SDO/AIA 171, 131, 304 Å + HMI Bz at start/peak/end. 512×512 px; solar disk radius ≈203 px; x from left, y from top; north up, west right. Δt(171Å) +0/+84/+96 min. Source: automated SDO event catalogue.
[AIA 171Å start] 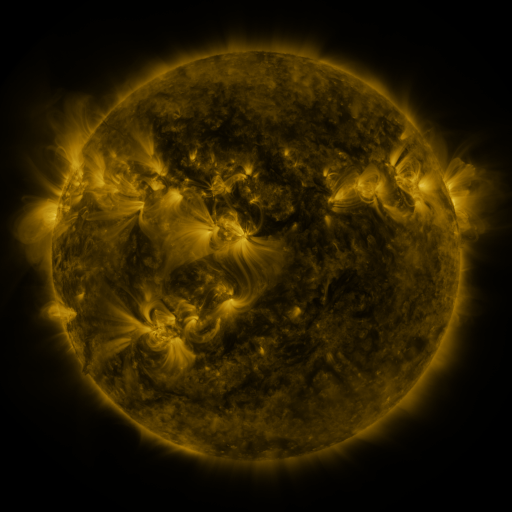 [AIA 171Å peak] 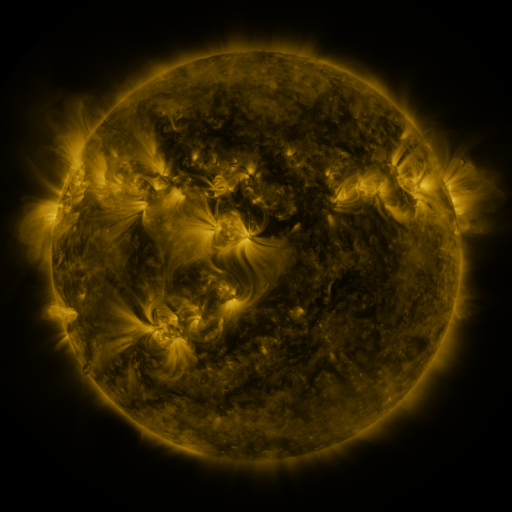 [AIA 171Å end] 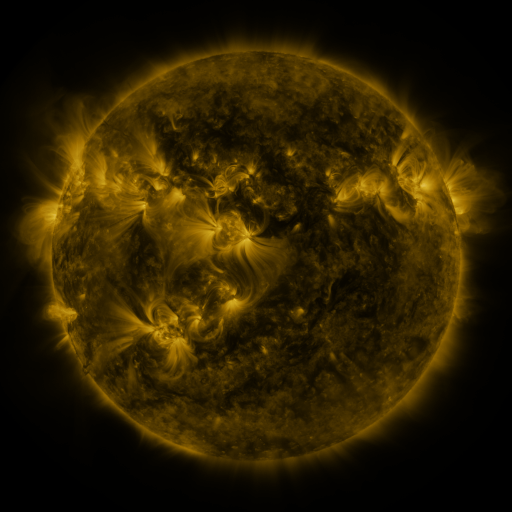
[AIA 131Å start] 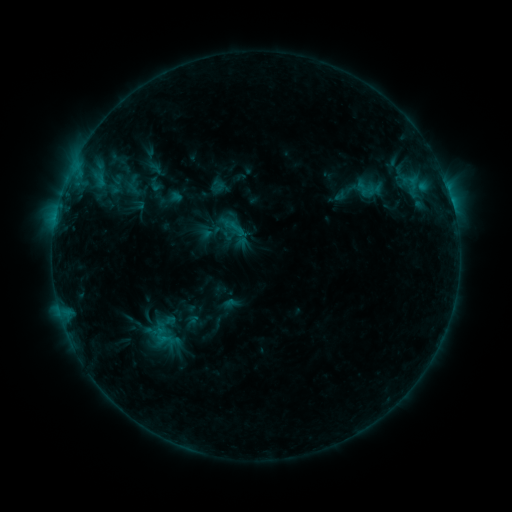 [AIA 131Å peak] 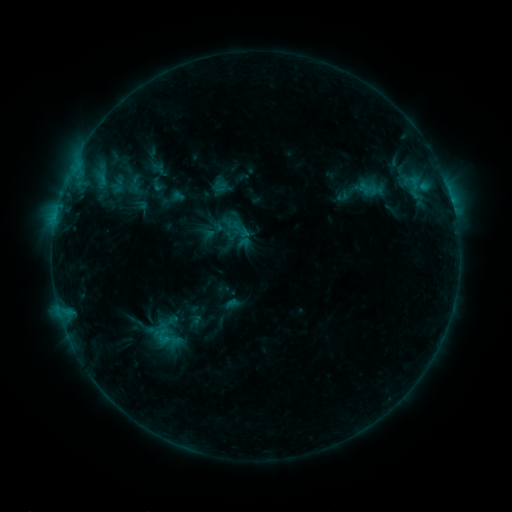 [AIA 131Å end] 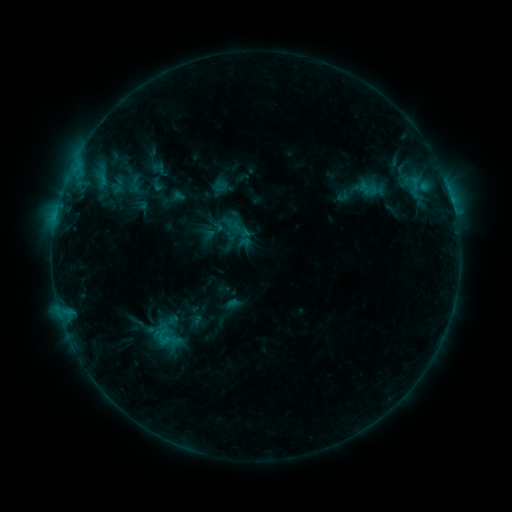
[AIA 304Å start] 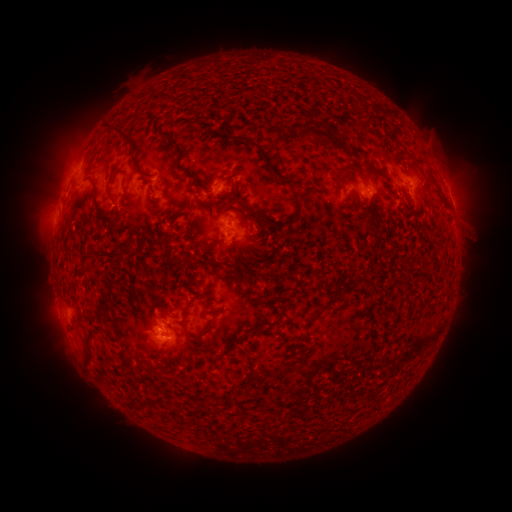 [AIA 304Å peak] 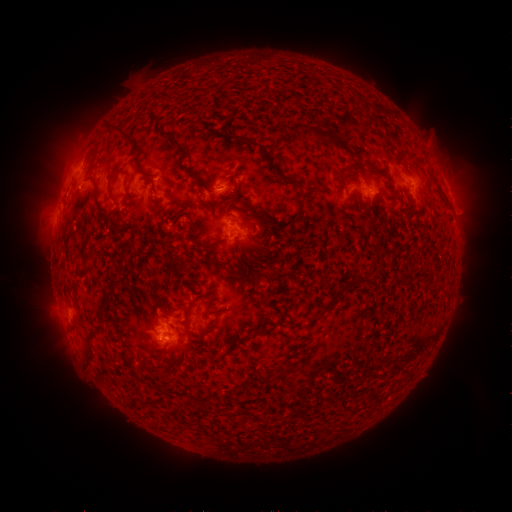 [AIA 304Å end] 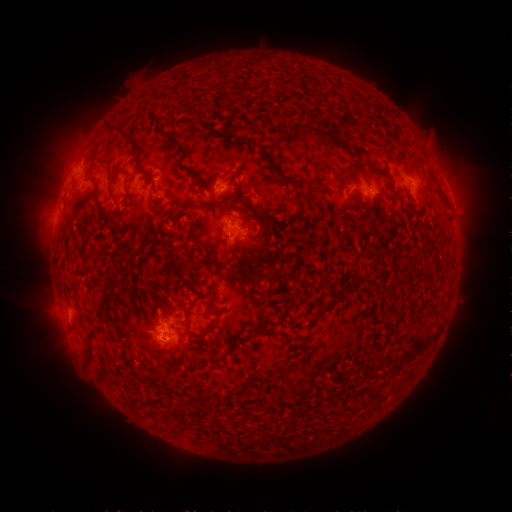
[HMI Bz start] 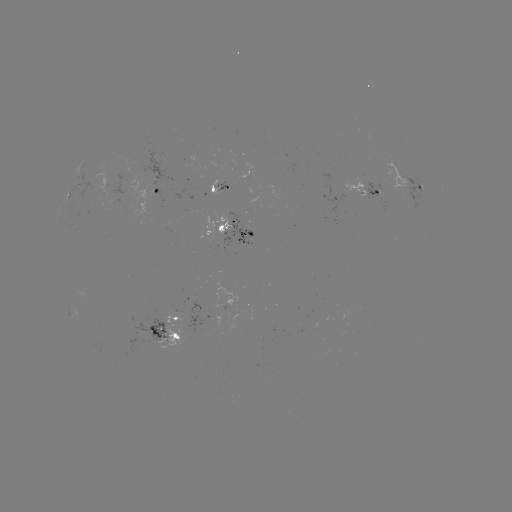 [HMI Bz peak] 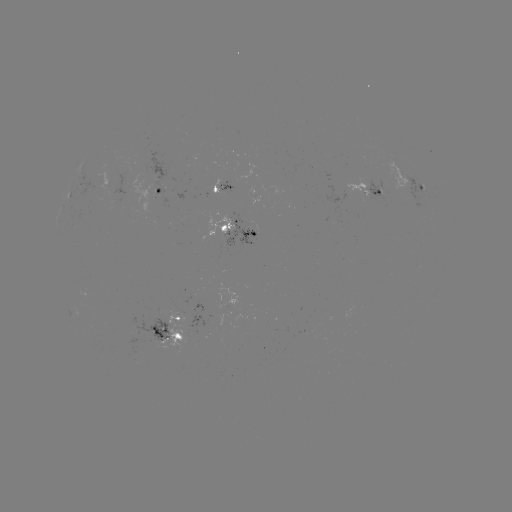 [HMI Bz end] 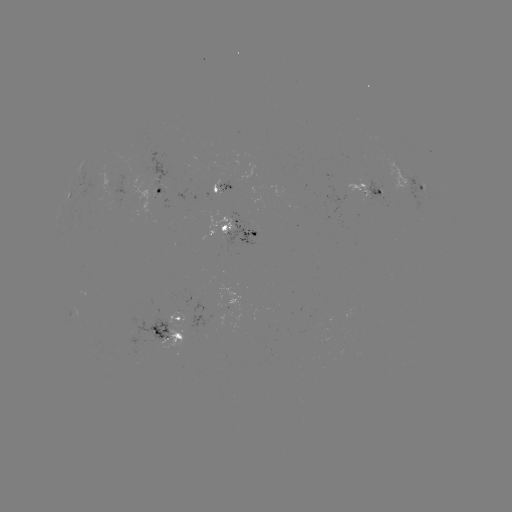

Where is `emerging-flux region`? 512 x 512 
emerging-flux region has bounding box [219, 180, 236, 192].